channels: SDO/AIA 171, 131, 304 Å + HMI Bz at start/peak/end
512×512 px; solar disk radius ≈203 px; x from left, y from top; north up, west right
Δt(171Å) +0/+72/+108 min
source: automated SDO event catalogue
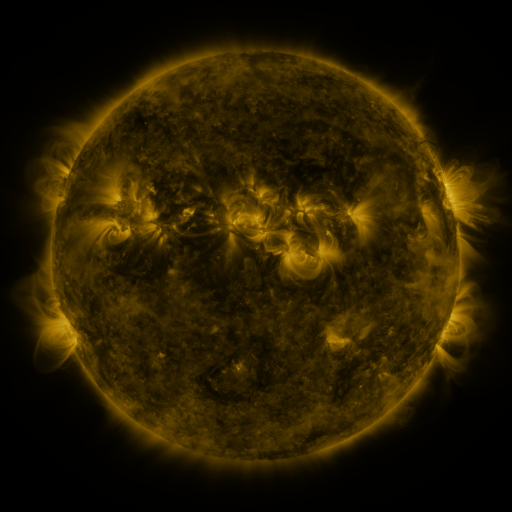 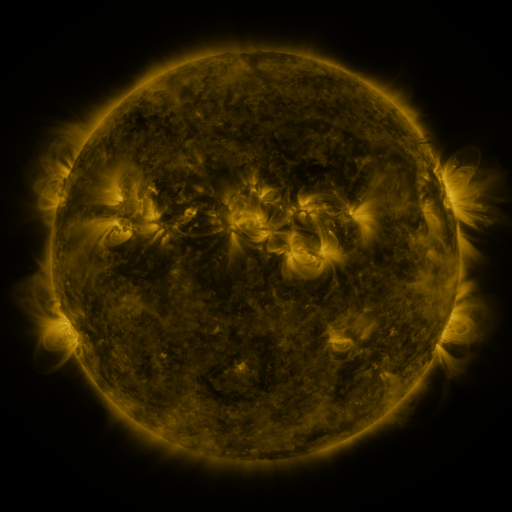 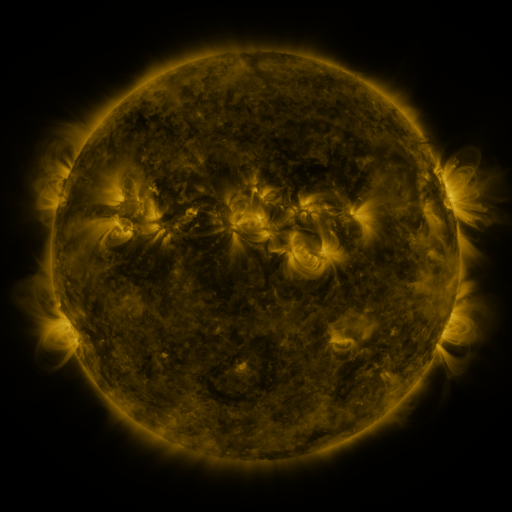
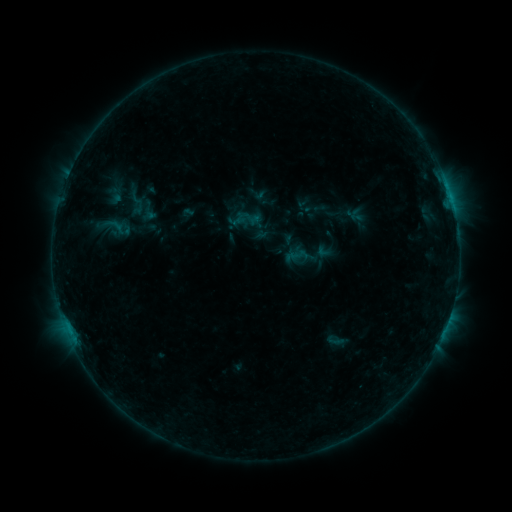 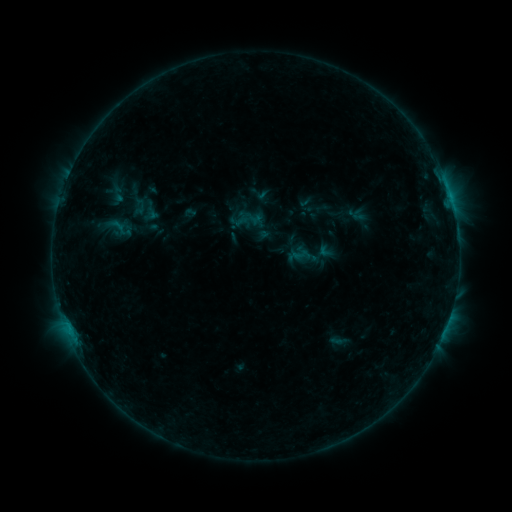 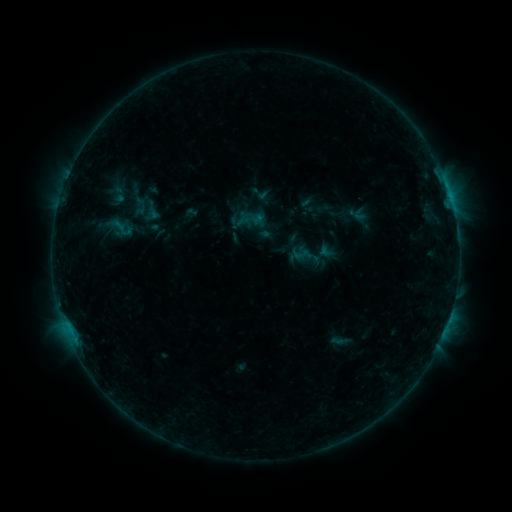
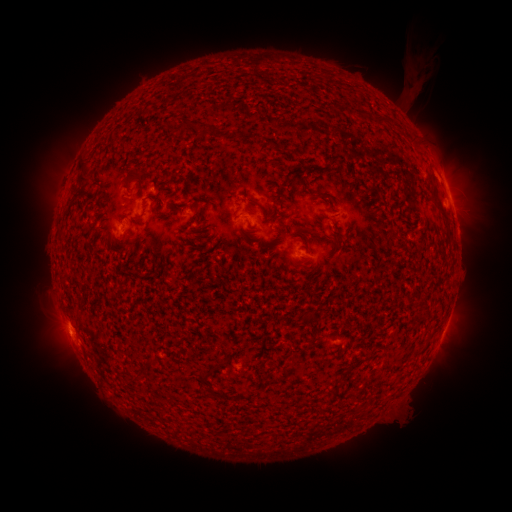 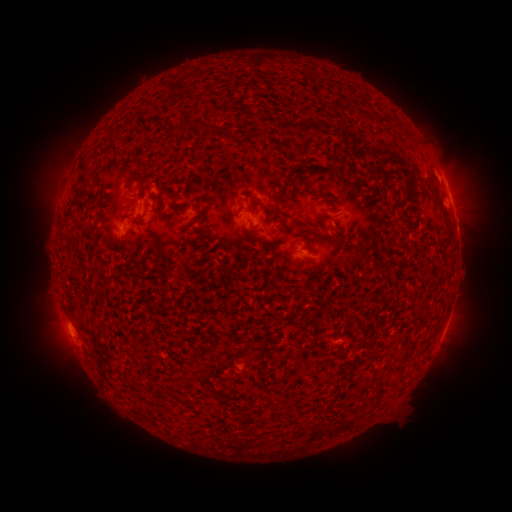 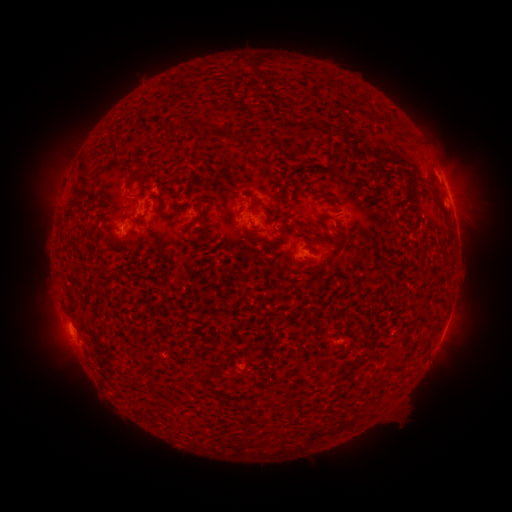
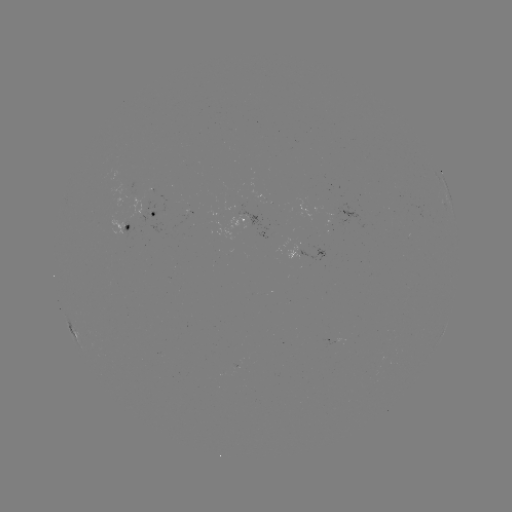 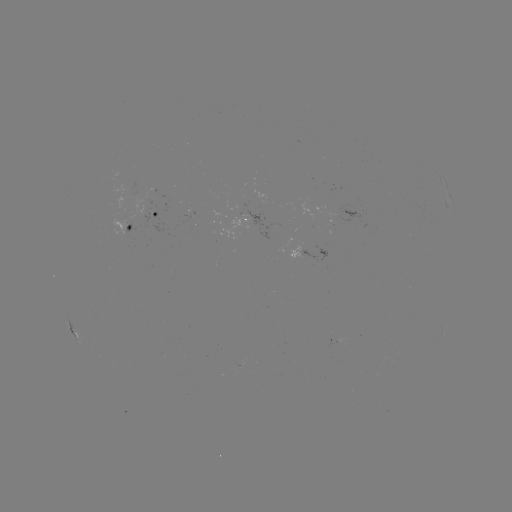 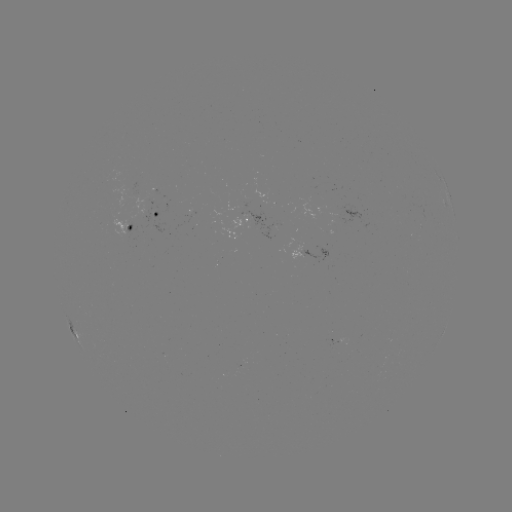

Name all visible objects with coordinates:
emerging-flux region: (421, 213)
